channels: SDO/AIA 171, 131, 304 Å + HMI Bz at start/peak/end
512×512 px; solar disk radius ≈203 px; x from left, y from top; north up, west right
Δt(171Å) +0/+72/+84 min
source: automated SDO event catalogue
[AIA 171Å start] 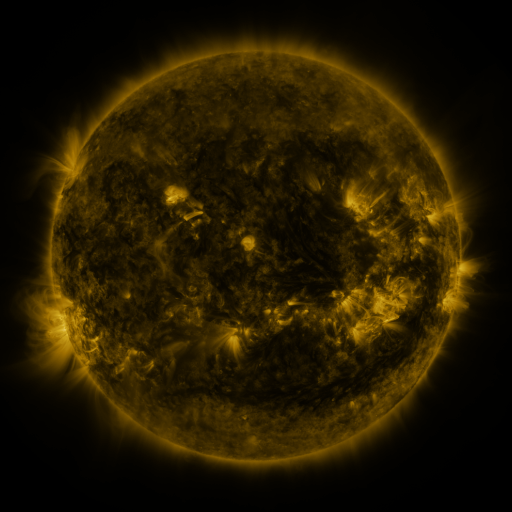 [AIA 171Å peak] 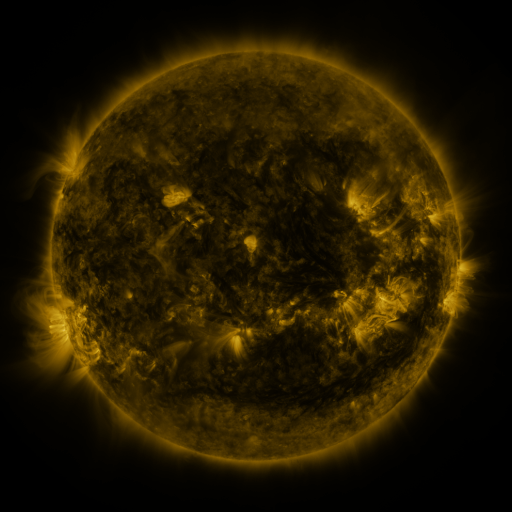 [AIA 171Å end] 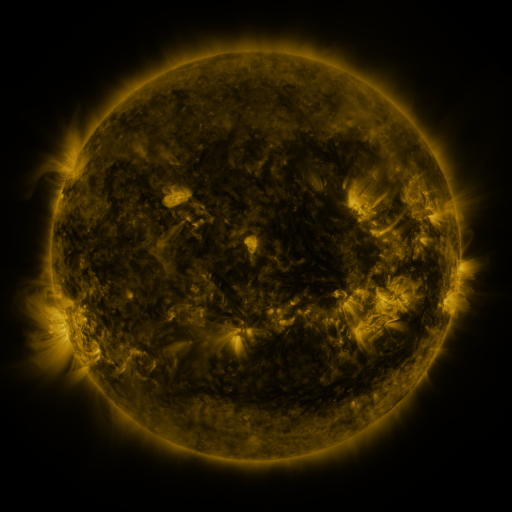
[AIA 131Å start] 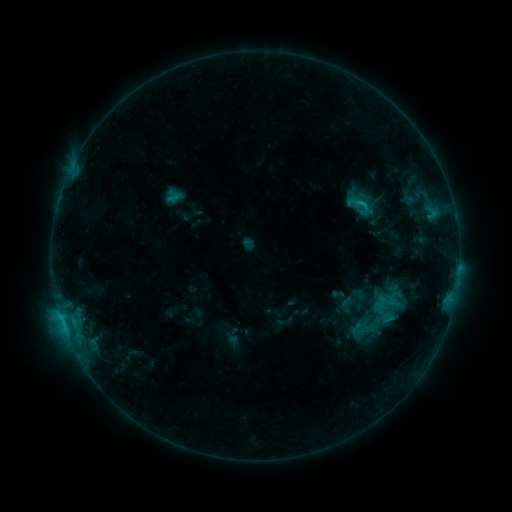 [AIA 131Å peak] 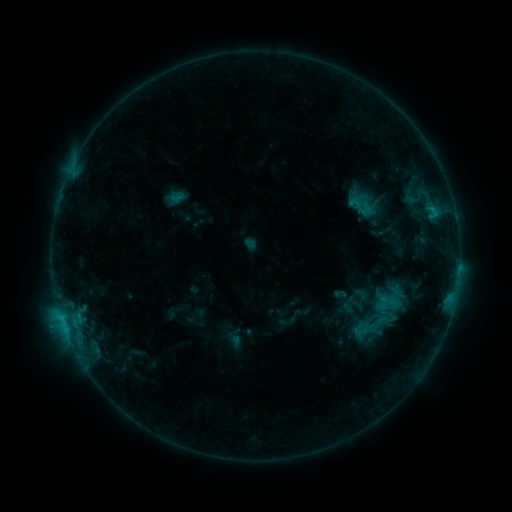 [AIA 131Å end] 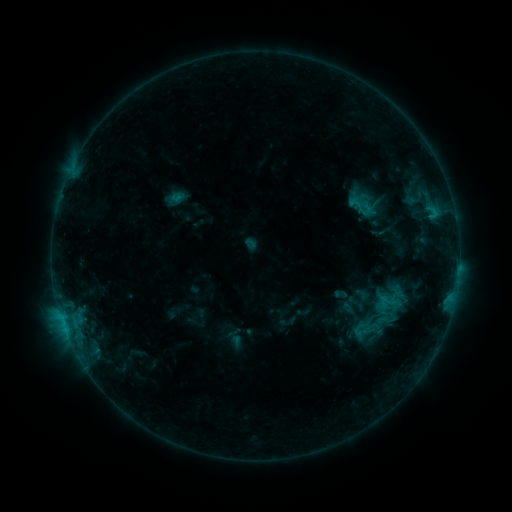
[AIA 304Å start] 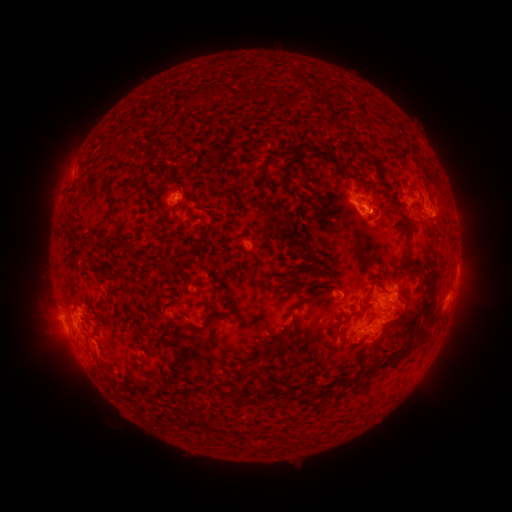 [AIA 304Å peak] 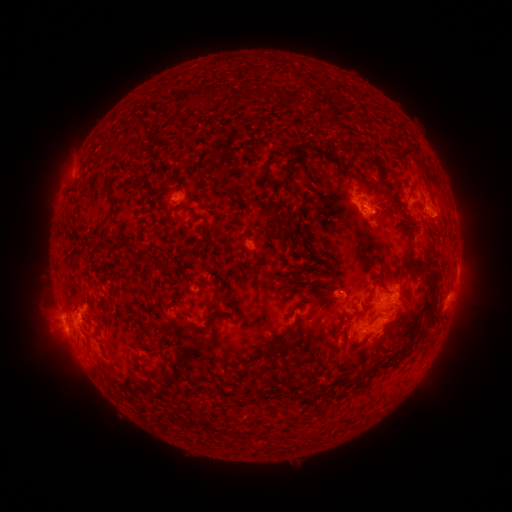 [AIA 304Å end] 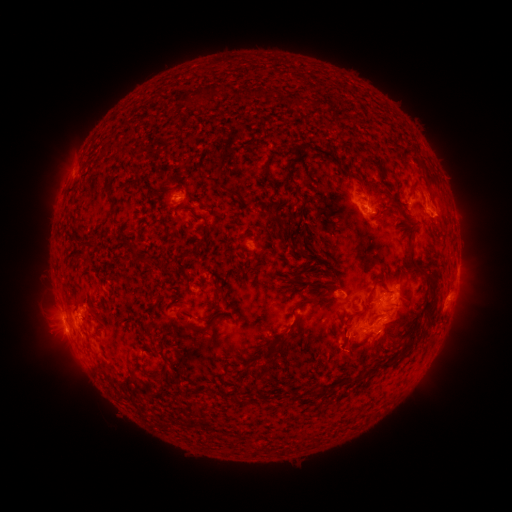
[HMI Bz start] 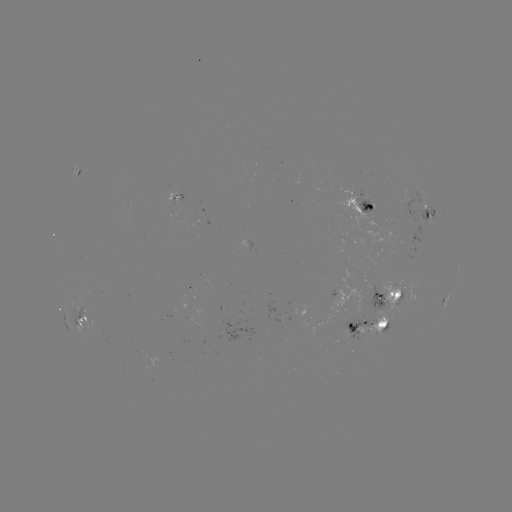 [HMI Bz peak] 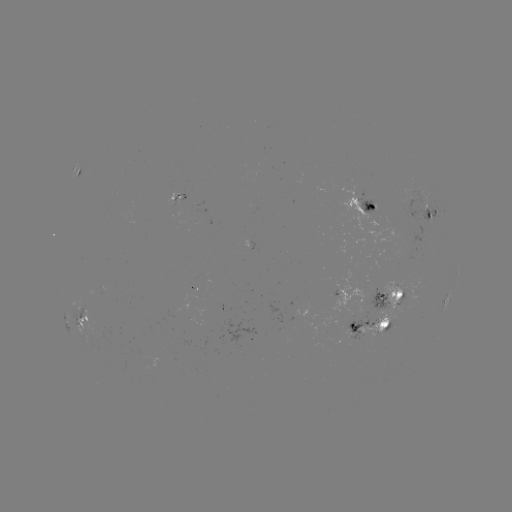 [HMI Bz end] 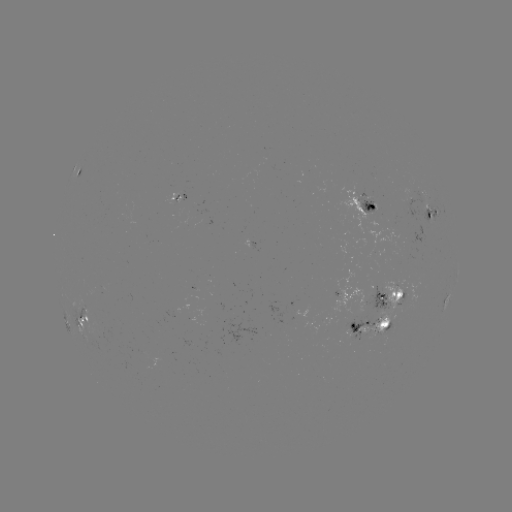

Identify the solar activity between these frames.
emerging-flux region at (401, 232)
